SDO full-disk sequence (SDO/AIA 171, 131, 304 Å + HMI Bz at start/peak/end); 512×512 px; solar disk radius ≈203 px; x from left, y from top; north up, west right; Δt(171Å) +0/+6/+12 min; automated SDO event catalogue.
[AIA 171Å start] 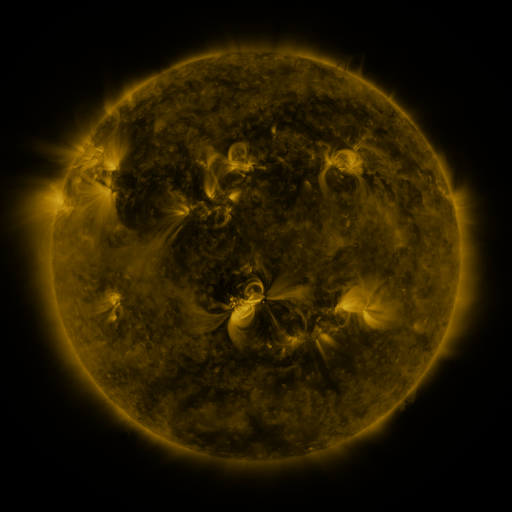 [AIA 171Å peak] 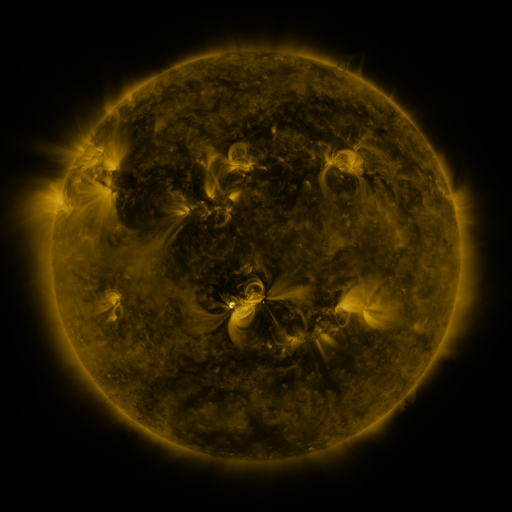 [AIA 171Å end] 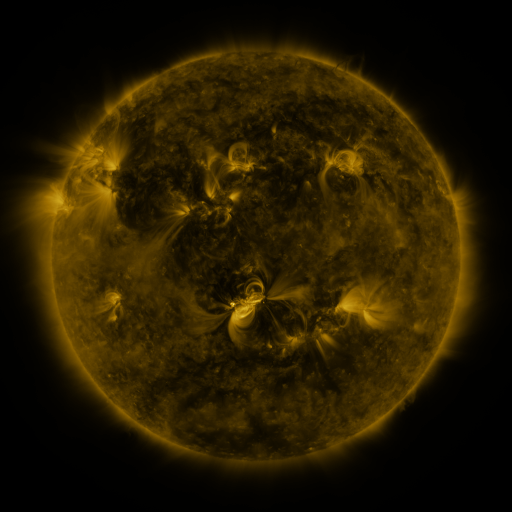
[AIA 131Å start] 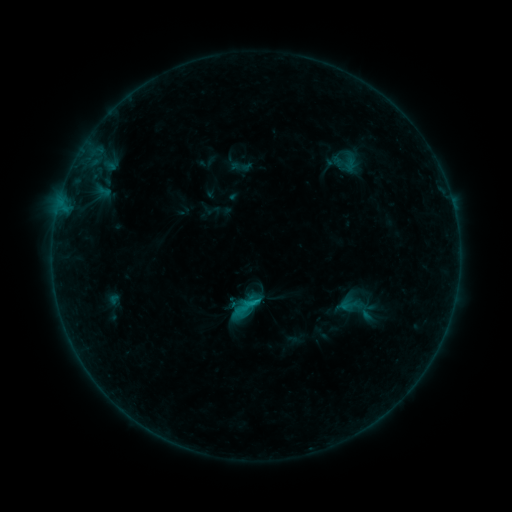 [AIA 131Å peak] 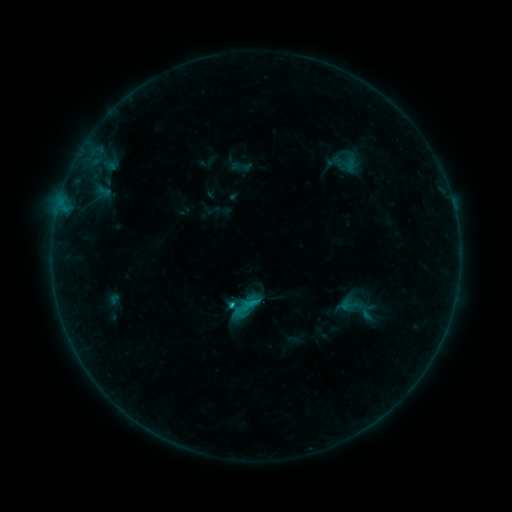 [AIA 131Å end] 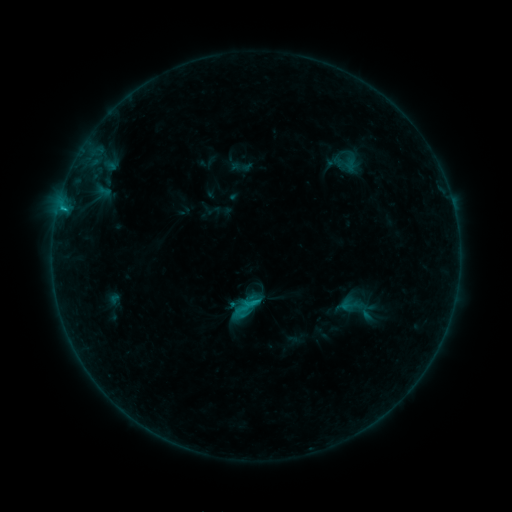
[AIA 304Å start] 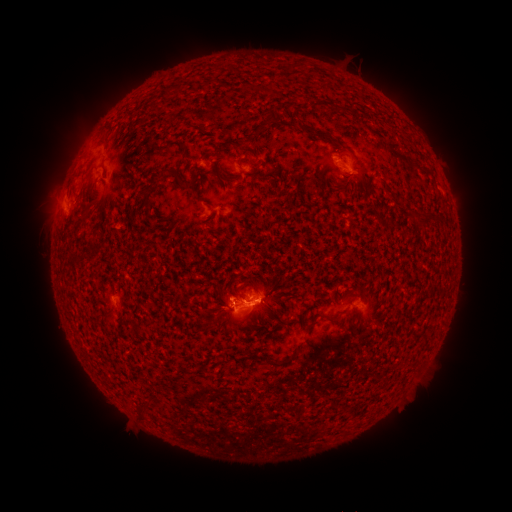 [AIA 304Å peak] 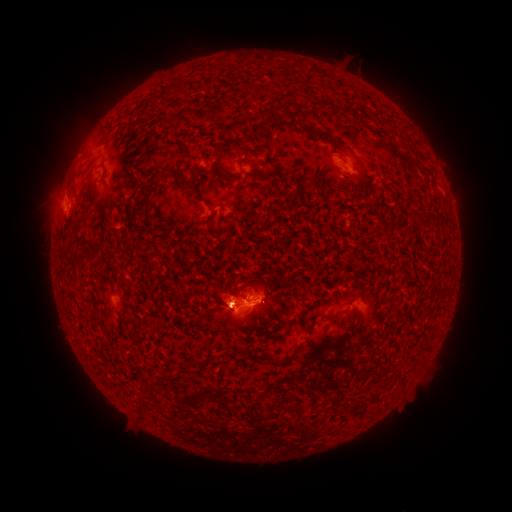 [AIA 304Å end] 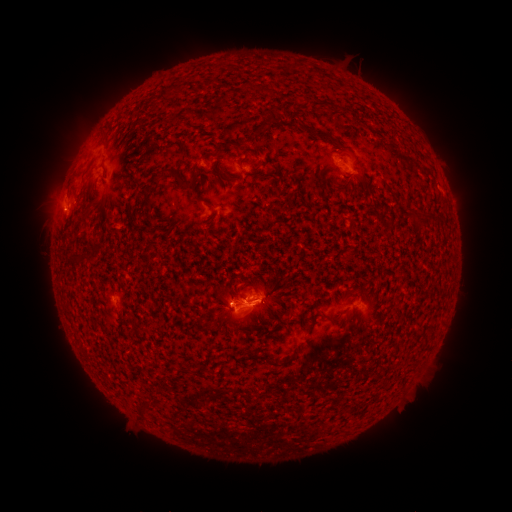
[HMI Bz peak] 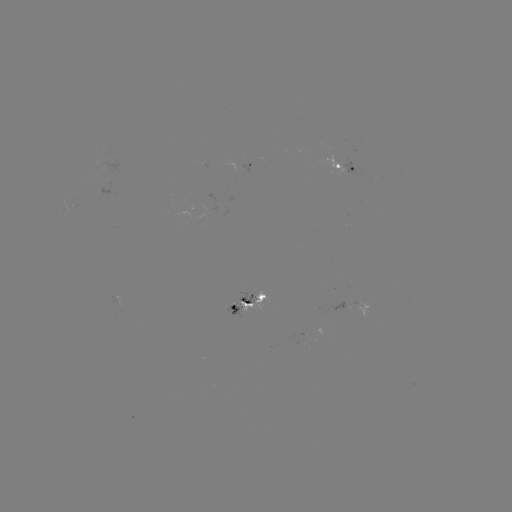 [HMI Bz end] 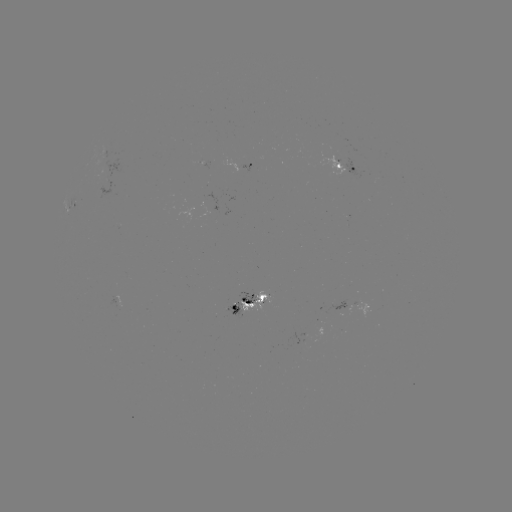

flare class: B5.1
